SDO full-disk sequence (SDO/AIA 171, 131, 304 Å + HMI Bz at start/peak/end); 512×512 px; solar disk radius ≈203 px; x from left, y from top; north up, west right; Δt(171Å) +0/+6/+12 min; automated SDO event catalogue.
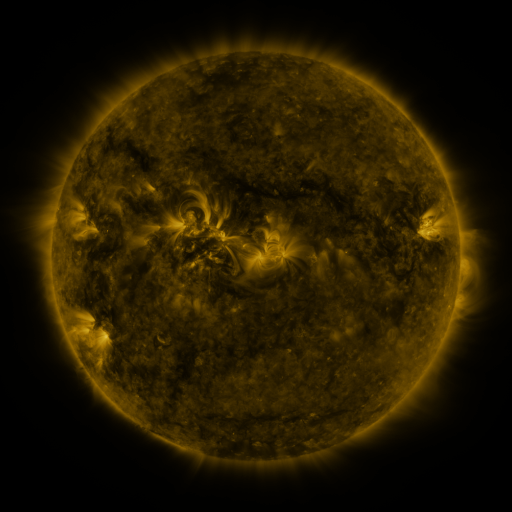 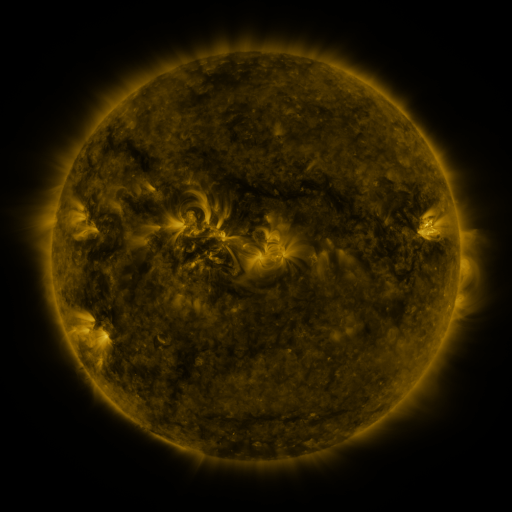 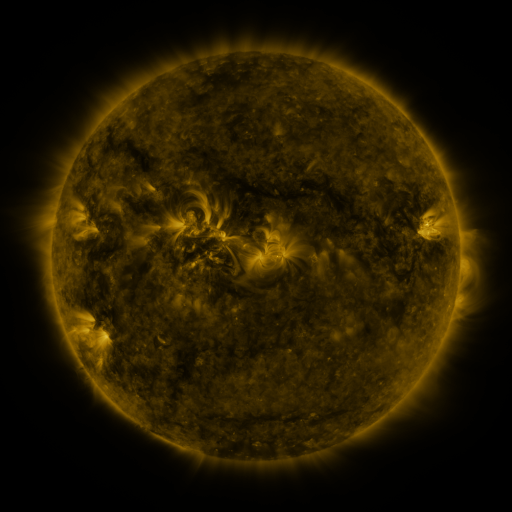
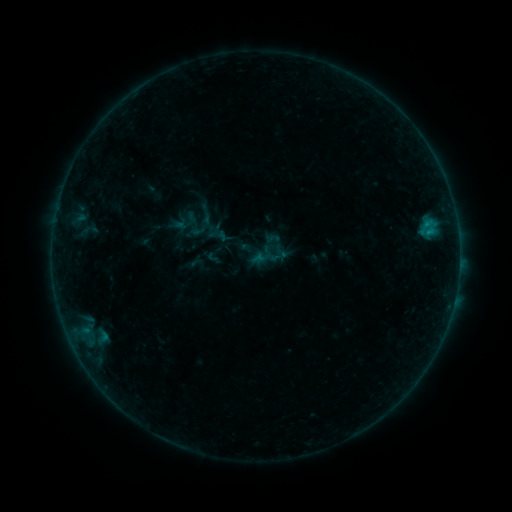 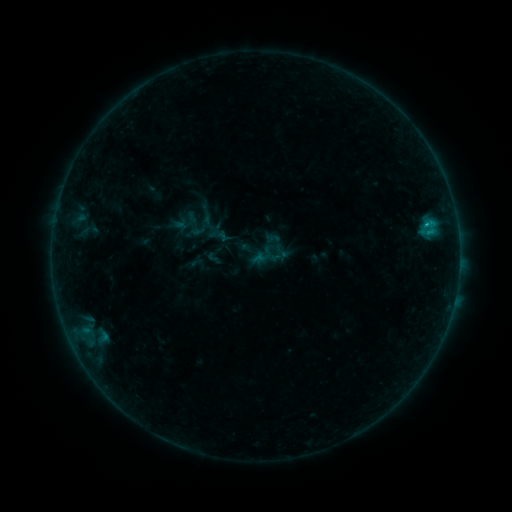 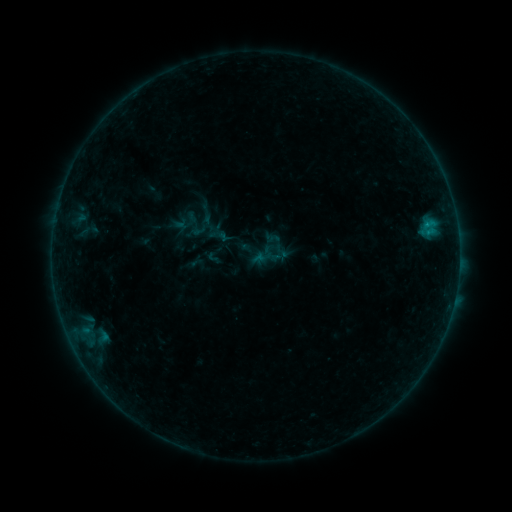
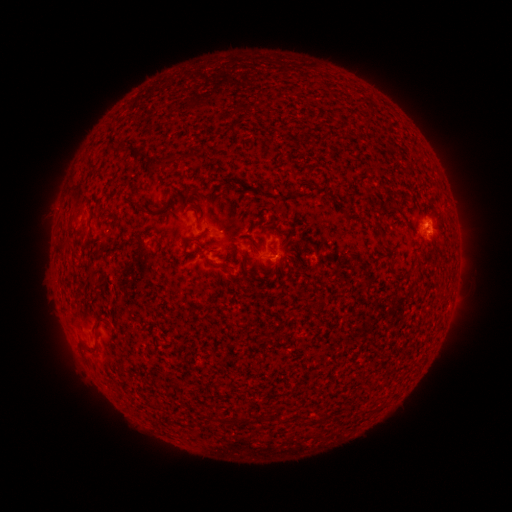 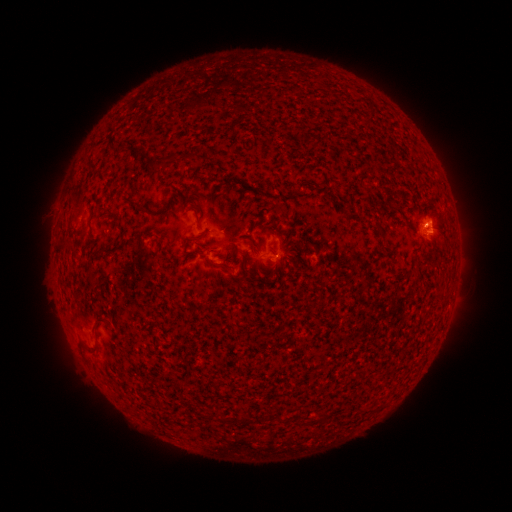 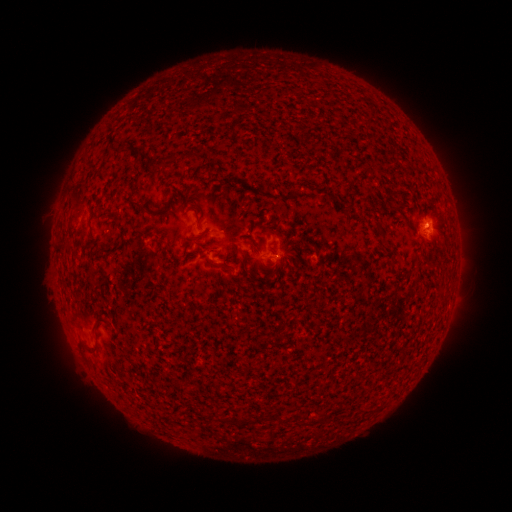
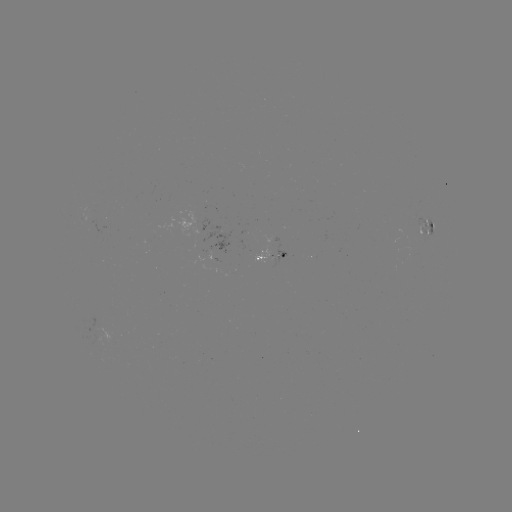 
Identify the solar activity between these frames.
B3.5 flare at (424, 227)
